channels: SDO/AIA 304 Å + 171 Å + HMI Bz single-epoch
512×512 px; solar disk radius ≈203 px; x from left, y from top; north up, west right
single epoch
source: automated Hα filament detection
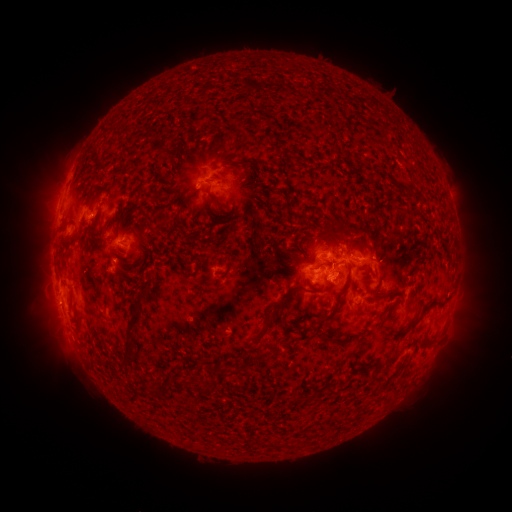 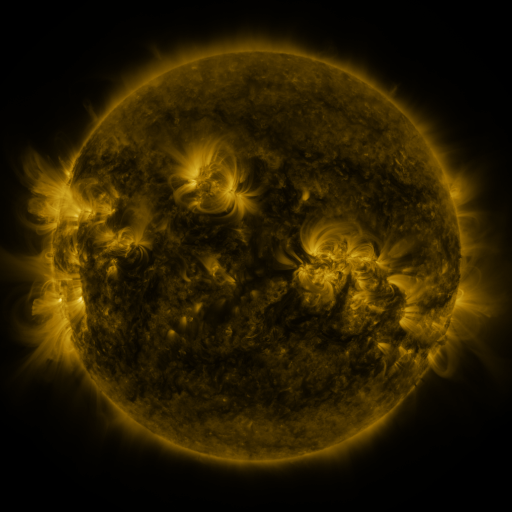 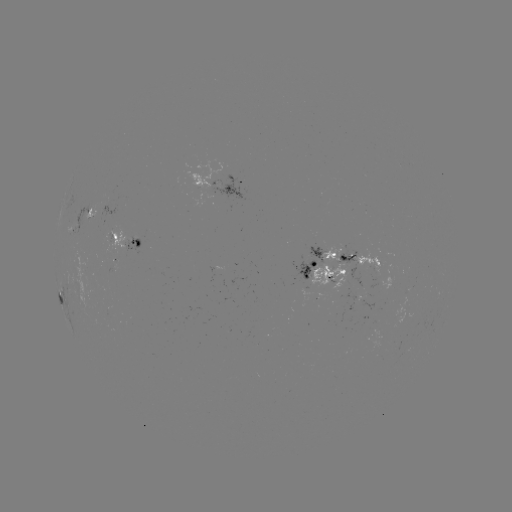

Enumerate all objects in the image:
filament: <bbox>378, 121, 387, 130</bbox>
filament: <bbox>349, 165, 359, 175</bbox>
filament: <bbox>205, 190, 221, 209</bbox>
filament: <bbox>84, 193, 94, 208</bbox>
filament: <bbox>175, 208, 188, 240</bbox>
filament: <bbox>158, 212, 167, 222</bbox>
filament: <bbox>117, 216, 126, 228</bbox>
filament: <bbox>78, 221, 87, 230</bbox>
filament: <bbox>323, 221, 336, 232</bbox>
filament: <bbox>88, 222, 96, 240</bbox>
filament: <bbox>296, 232, 309, 253</bbox>
filament: <bbox>221, 255, 231, 276</bbox>
filament: <bbox>315, 257, 333, 268</bbox>
filament: <bbox>140, 278, 152, 292</bbox>
filament: <bbox>337, 279, 351, 295</bbox>
filament: <bbox>124, 295, 145, 361</bbox>
filament: <bbox>397, 297, 439, 336</bbox>
filament: <bbox>316, 301, 339, 324</bbox>
filament: <bbox>255, 306, 280, 337</bbox>
filament: <bbox>75, 322, 82, 335</bbox>
filament: <bbox>322, 331, 331, 342</bbox>
filament: <bbox>367, 345, 394, 367</bbox>
filament: <bbox>252, 348, 287, 362</bbox>
filament: <bbox>120, 359, 130, 369</bbox>
filament: <bbox>222, 369, 237, 379</bbox>
filament: <bbox>152, 384, 163, 396</bbox>
